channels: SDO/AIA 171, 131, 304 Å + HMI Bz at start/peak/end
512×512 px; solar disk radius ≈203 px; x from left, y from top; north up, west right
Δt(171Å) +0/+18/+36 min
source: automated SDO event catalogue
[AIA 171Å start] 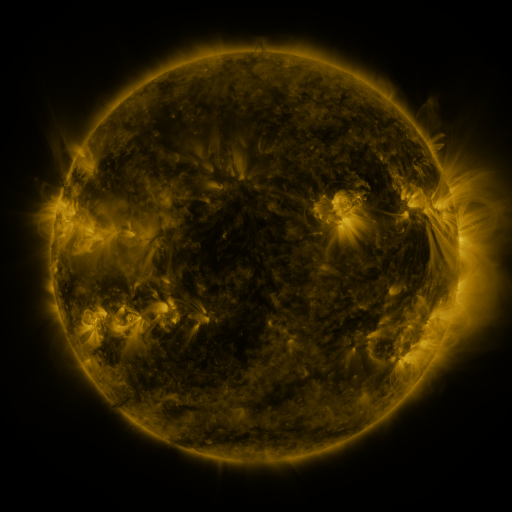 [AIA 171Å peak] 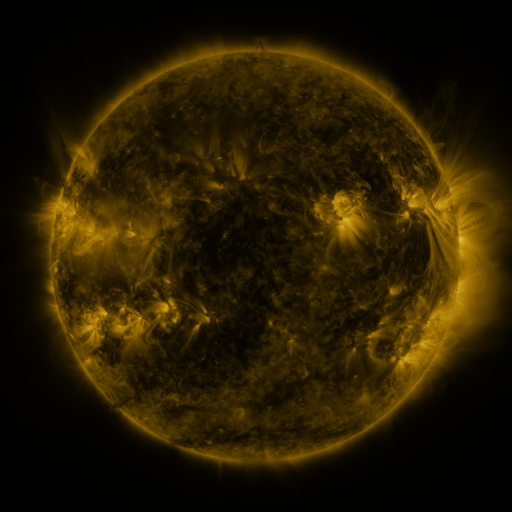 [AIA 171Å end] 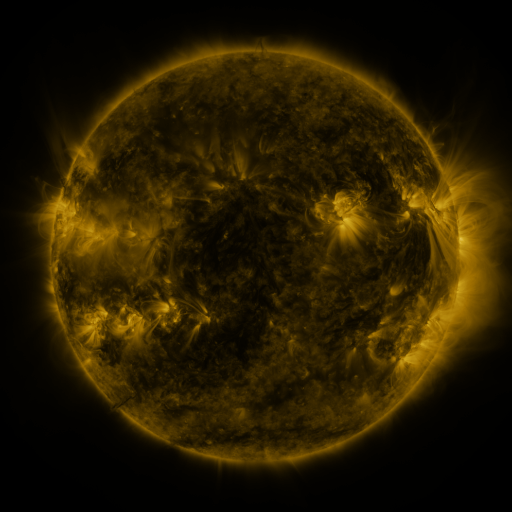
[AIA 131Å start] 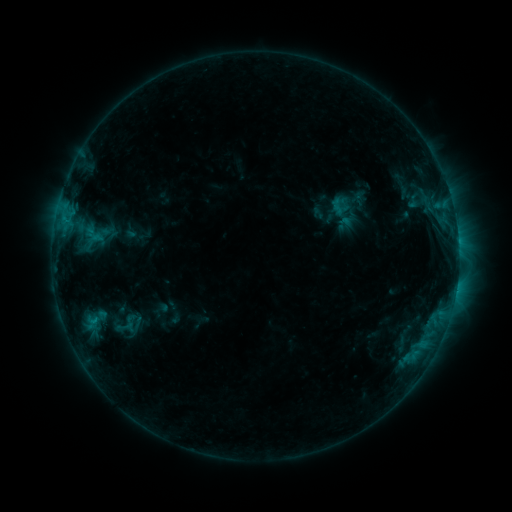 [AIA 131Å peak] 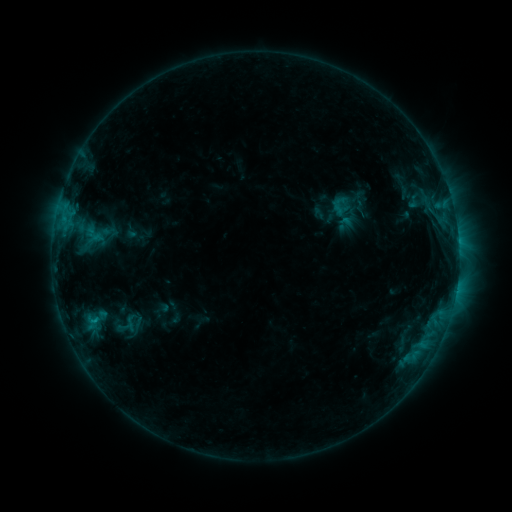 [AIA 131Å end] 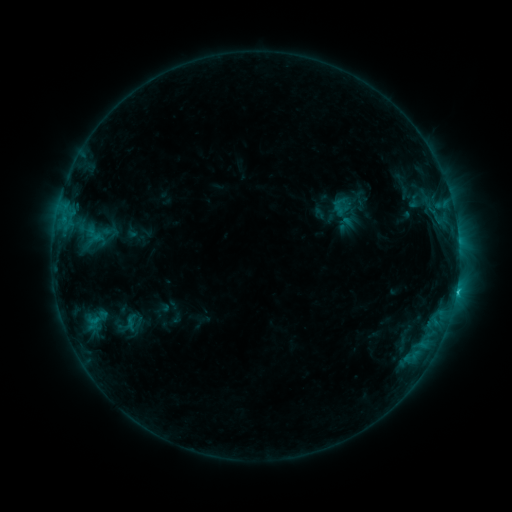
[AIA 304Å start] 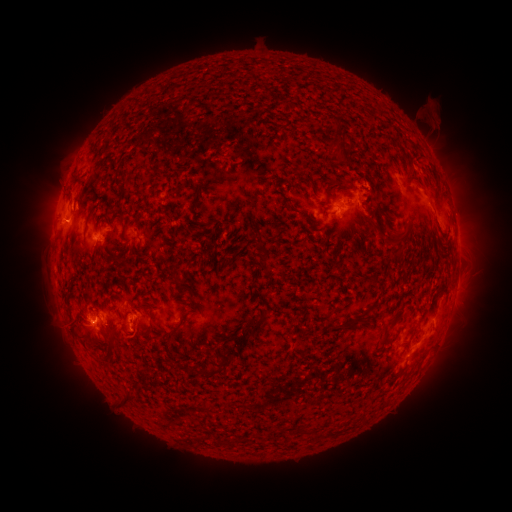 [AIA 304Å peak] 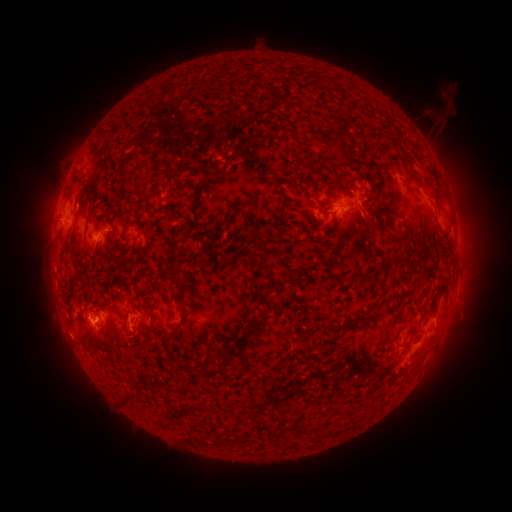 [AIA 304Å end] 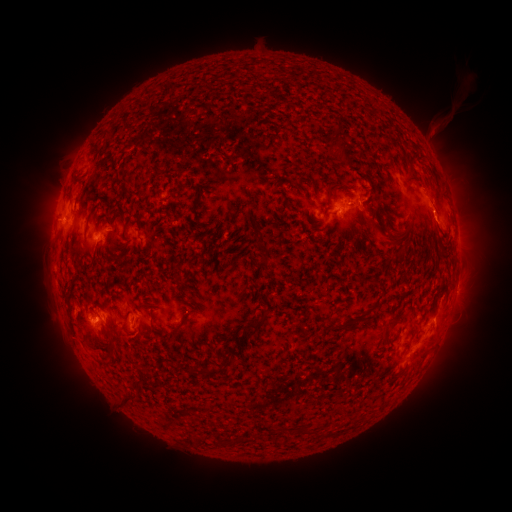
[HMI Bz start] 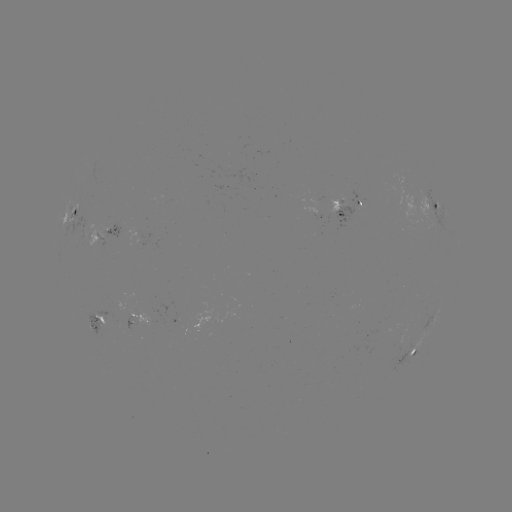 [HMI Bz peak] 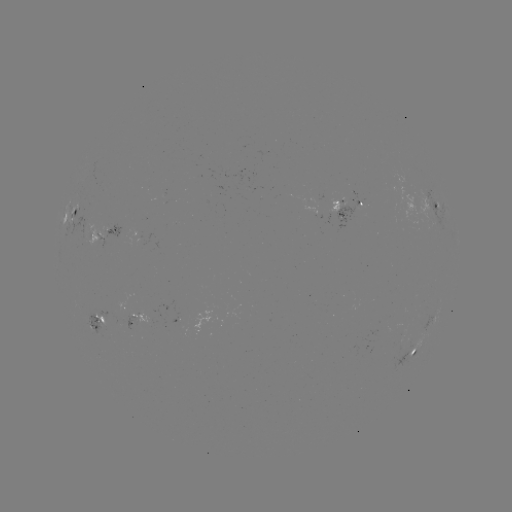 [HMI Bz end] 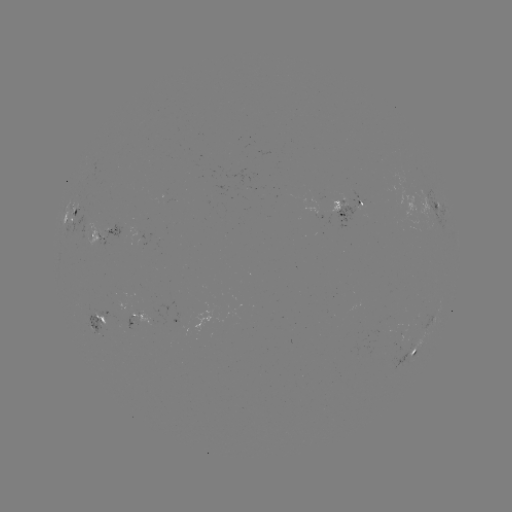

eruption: <bbox>39, 309, 95, 367</bbox>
